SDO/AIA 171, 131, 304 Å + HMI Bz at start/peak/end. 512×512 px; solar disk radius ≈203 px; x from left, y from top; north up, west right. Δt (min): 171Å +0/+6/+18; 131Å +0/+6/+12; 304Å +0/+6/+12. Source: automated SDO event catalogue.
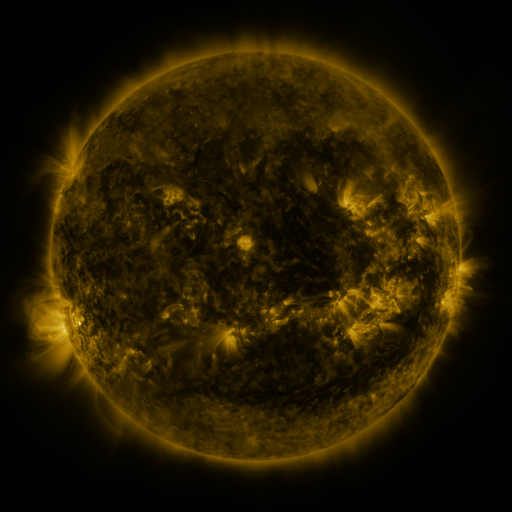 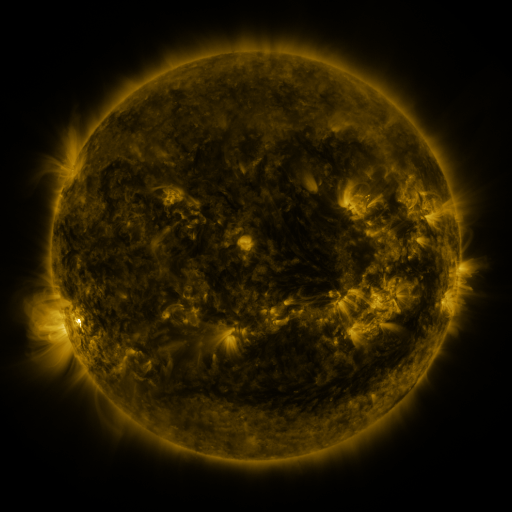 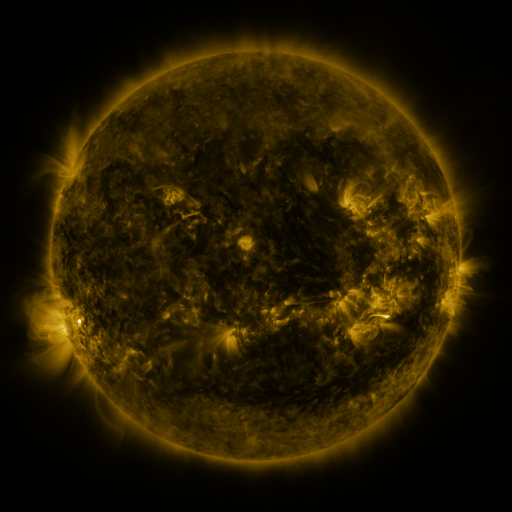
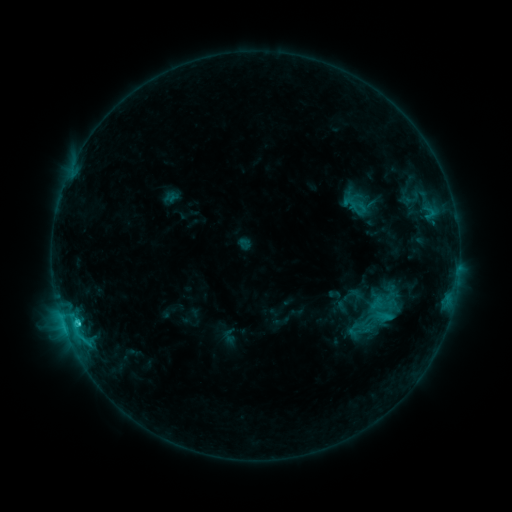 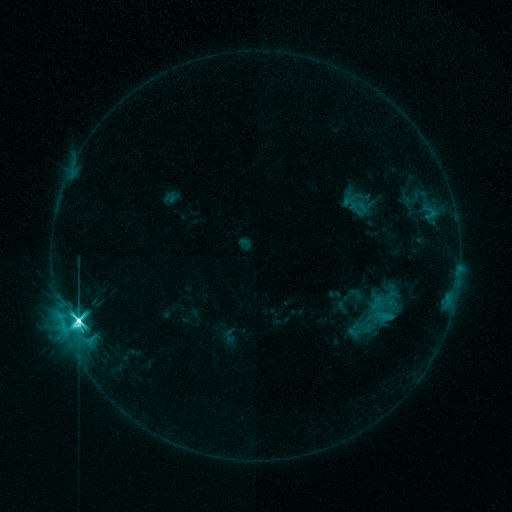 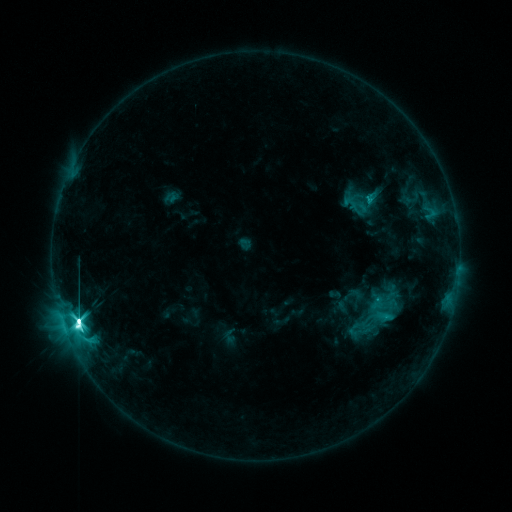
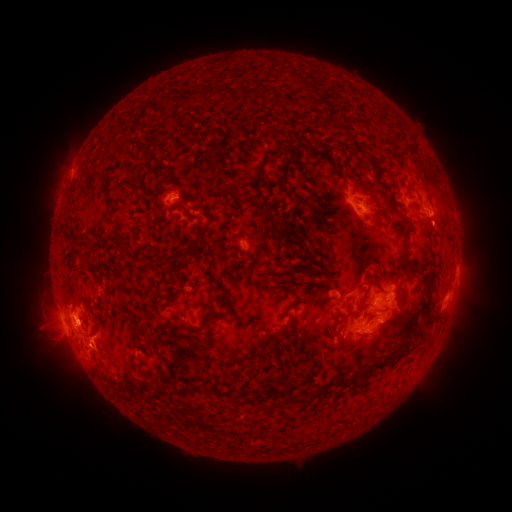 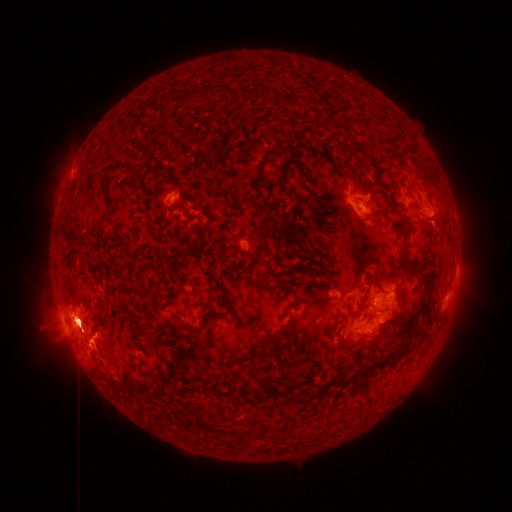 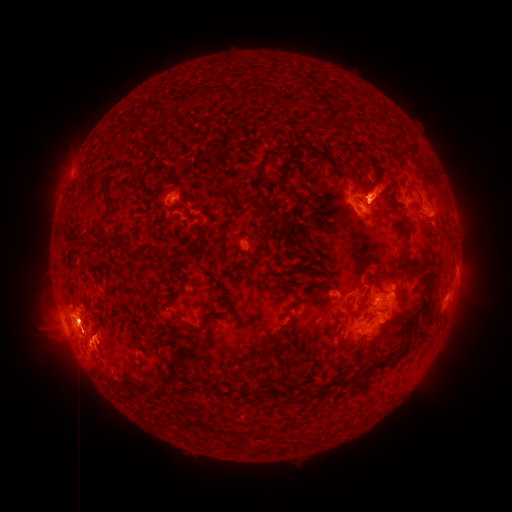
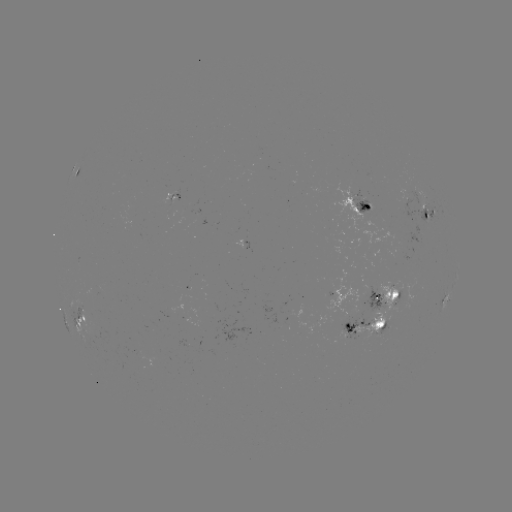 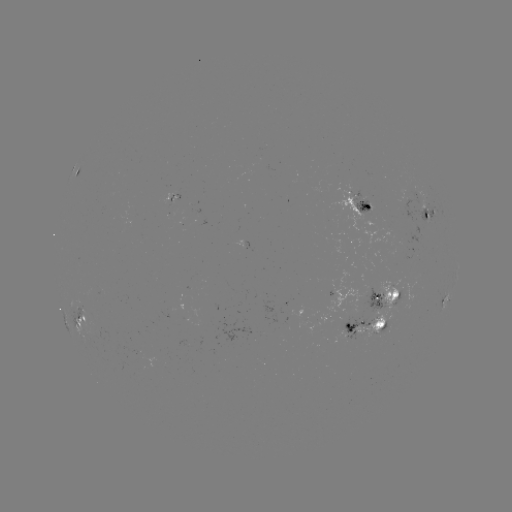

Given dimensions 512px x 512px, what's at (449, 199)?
eruption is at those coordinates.